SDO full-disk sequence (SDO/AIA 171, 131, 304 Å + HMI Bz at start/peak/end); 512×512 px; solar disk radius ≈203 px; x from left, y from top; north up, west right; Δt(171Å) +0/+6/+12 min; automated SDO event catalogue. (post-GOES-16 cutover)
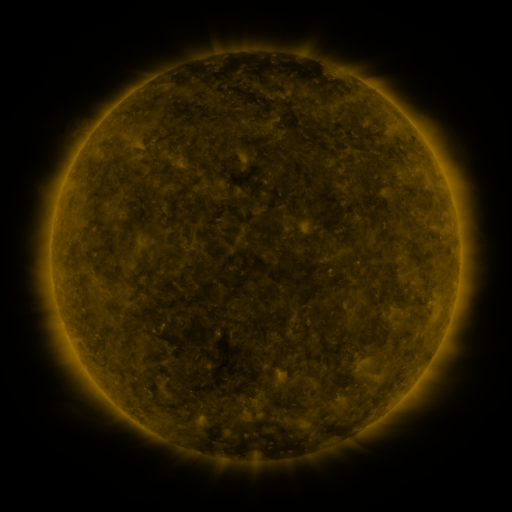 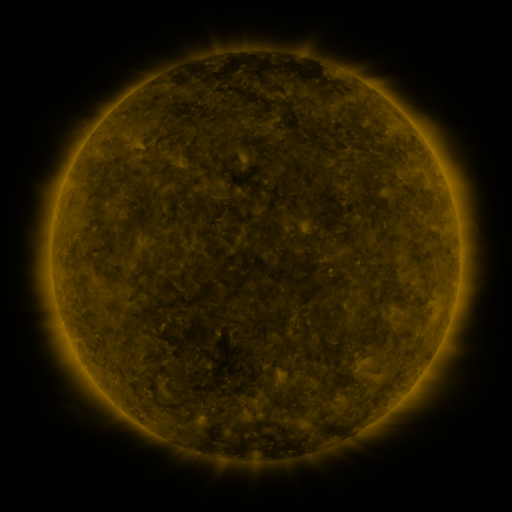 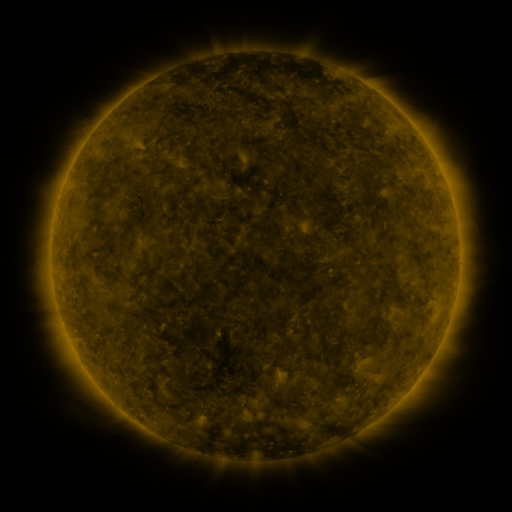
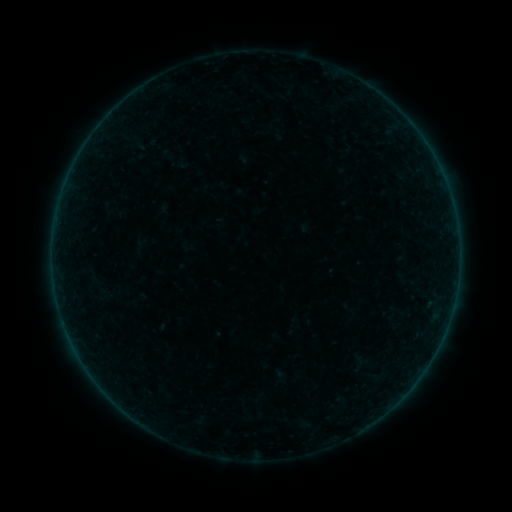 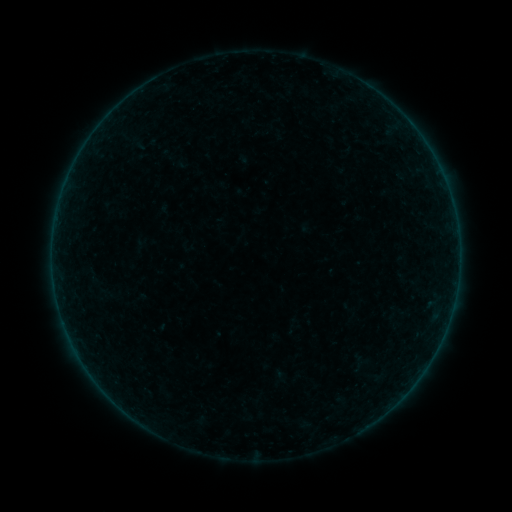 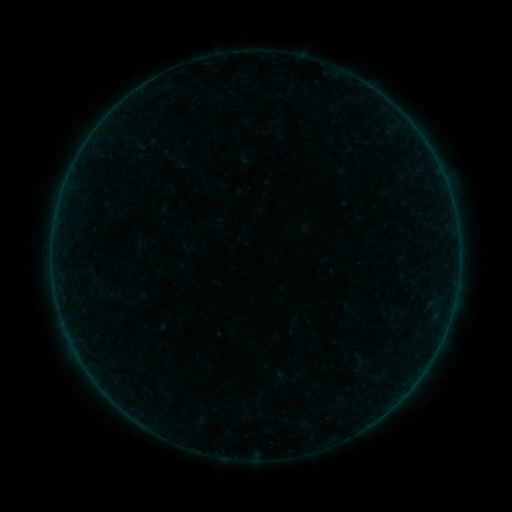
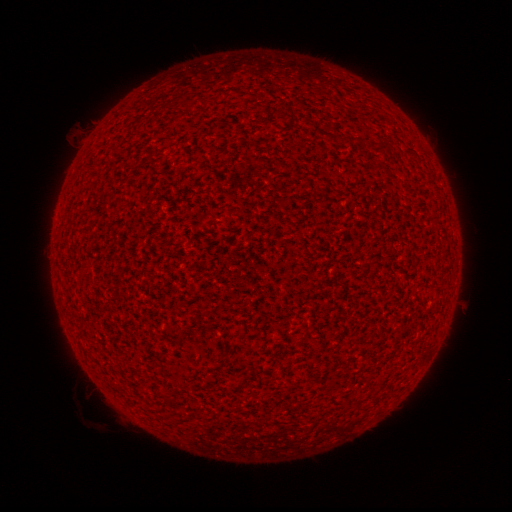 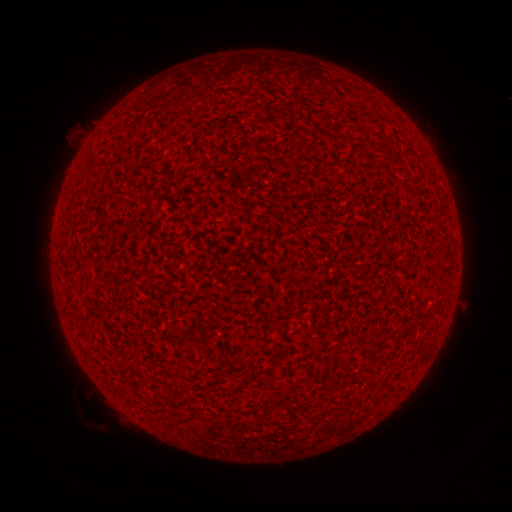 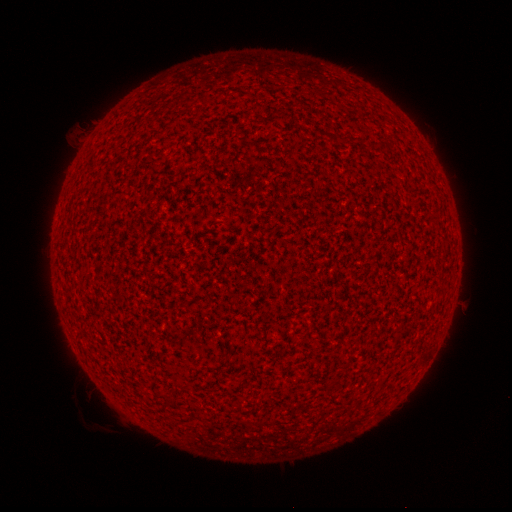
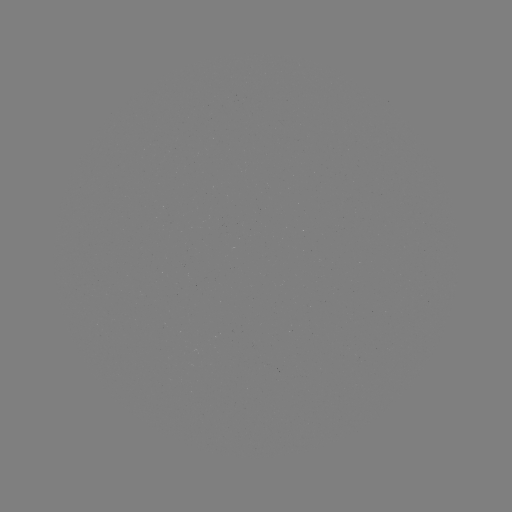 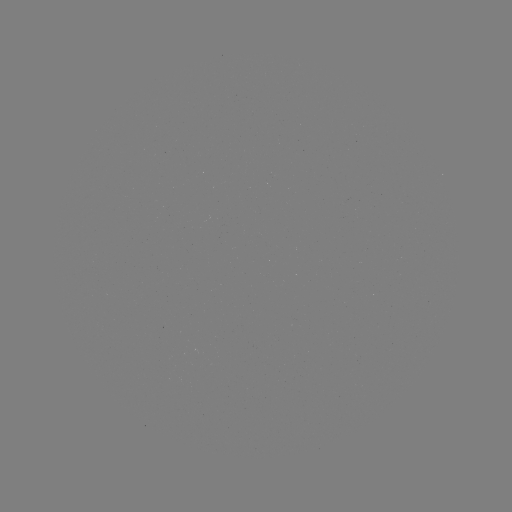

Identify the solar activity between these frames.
no flare in any classed list; no EUV-trigger detection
